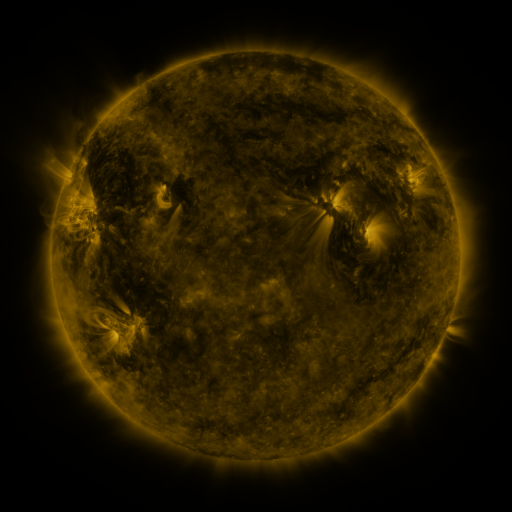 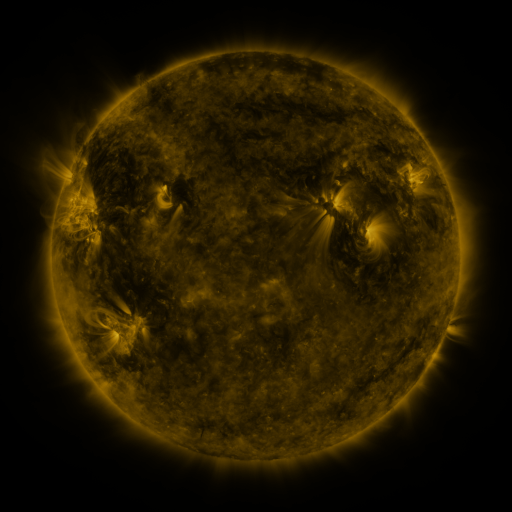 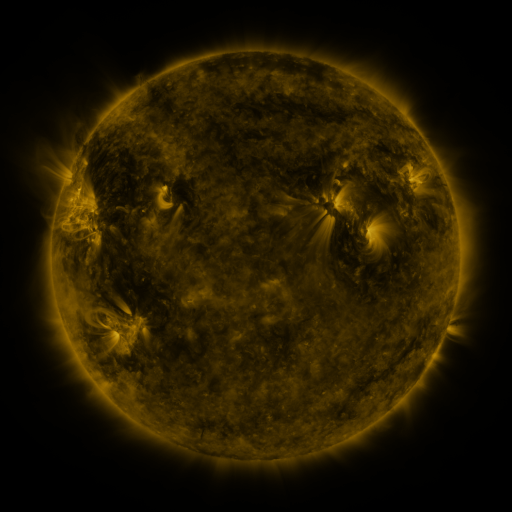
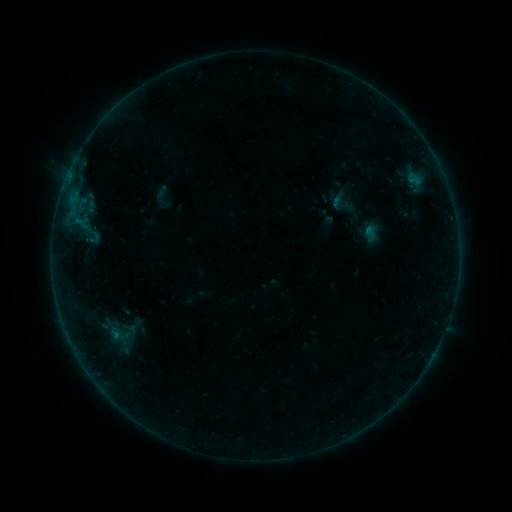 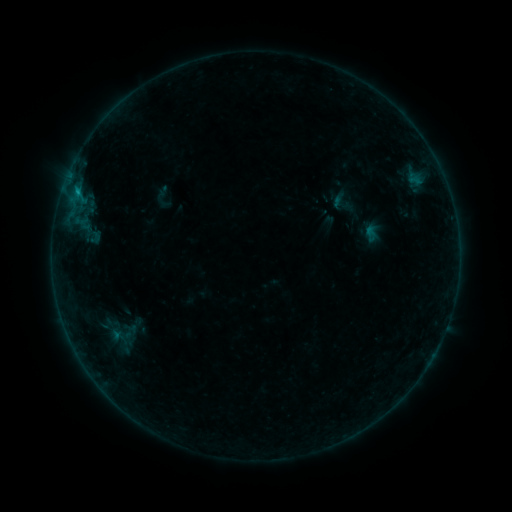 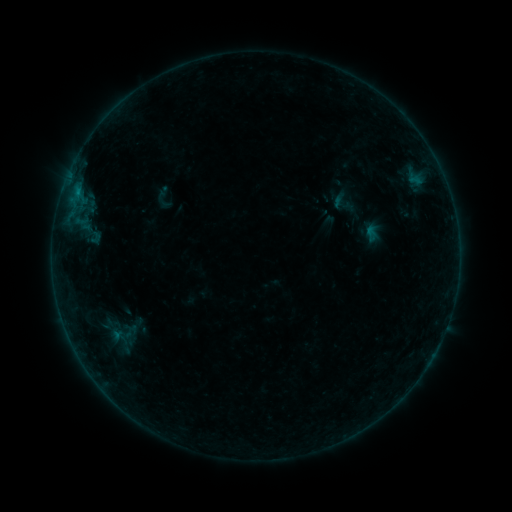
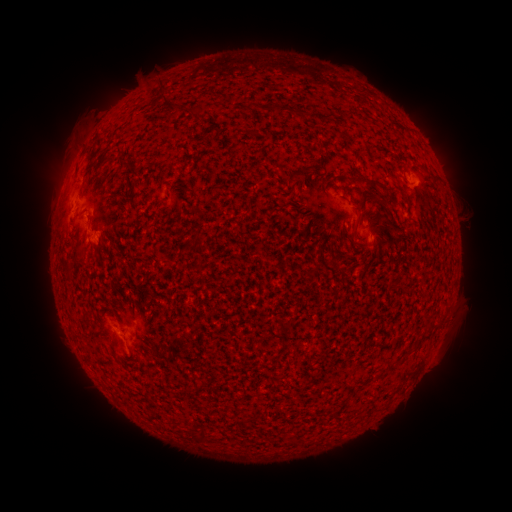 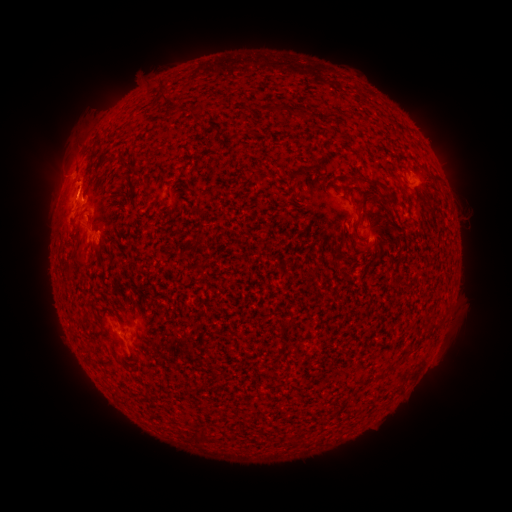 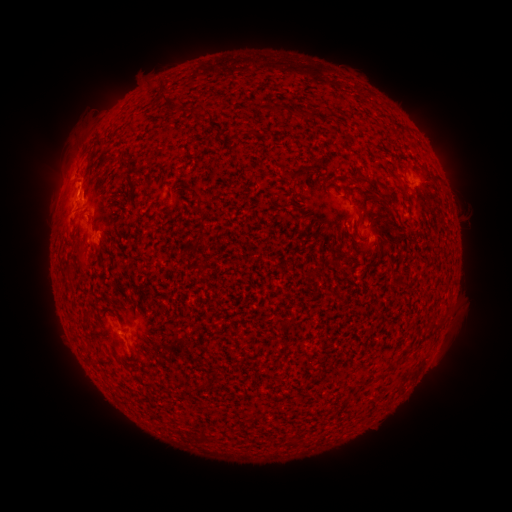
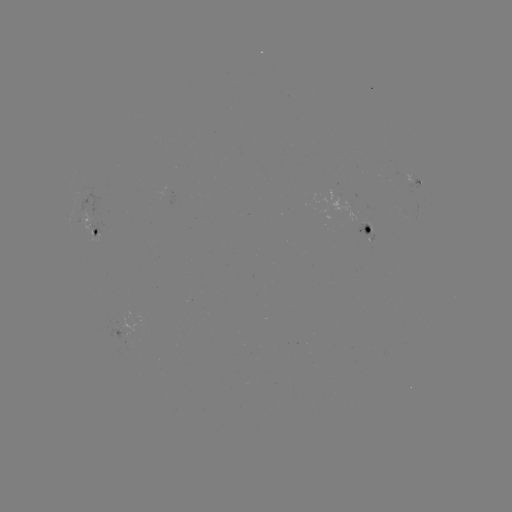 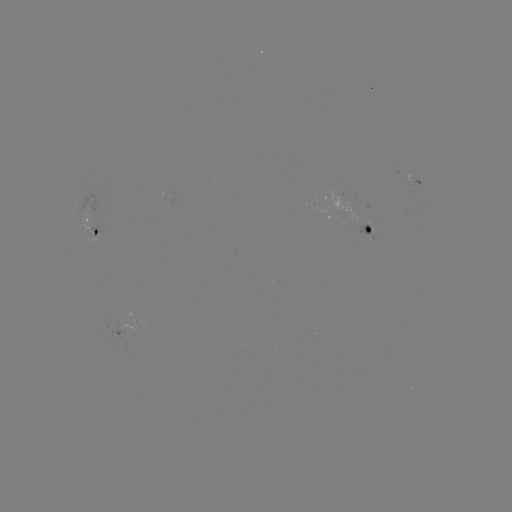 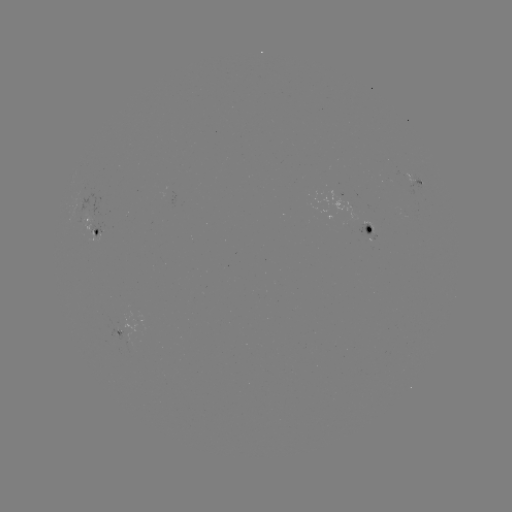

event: flare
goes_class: B5.6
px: (79, 194)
